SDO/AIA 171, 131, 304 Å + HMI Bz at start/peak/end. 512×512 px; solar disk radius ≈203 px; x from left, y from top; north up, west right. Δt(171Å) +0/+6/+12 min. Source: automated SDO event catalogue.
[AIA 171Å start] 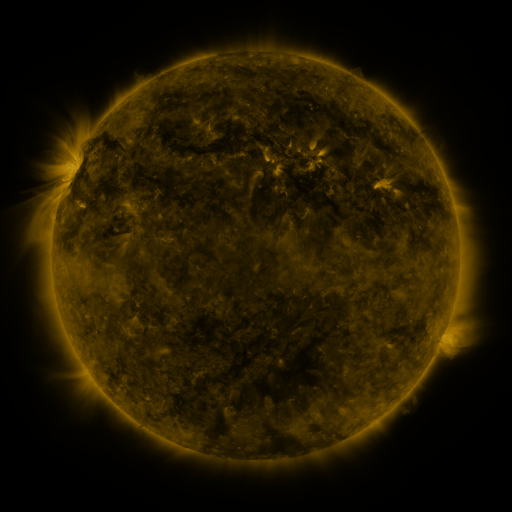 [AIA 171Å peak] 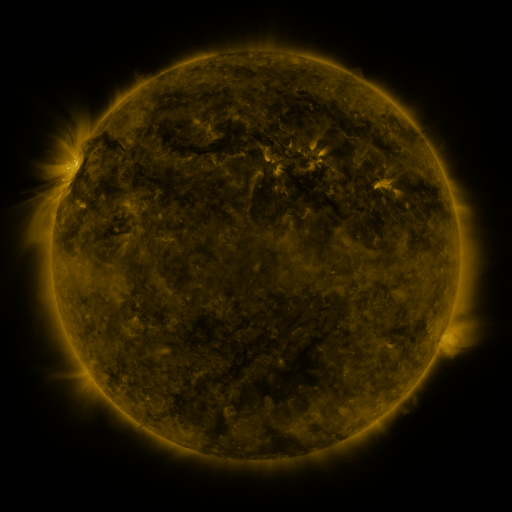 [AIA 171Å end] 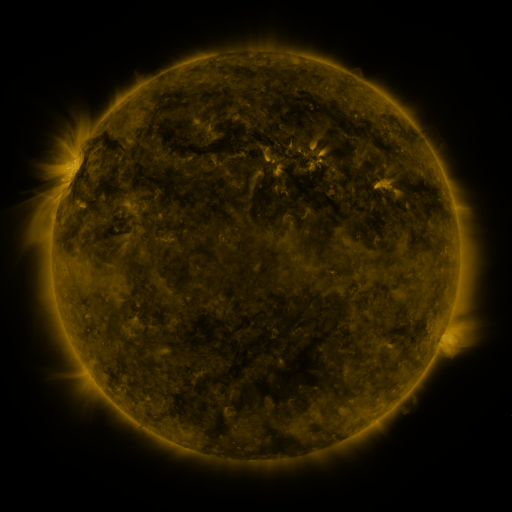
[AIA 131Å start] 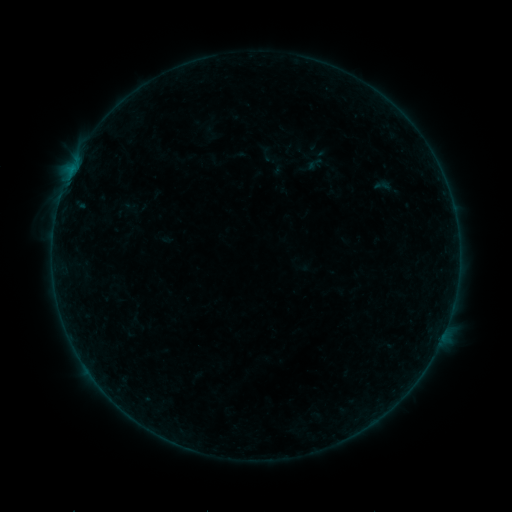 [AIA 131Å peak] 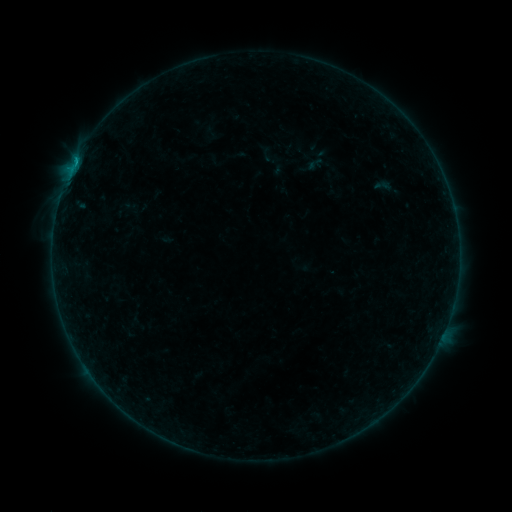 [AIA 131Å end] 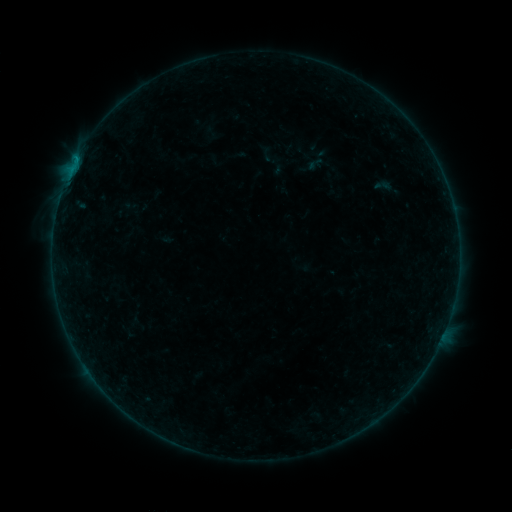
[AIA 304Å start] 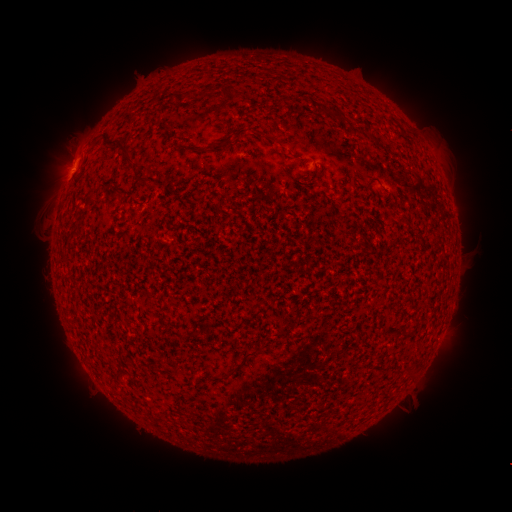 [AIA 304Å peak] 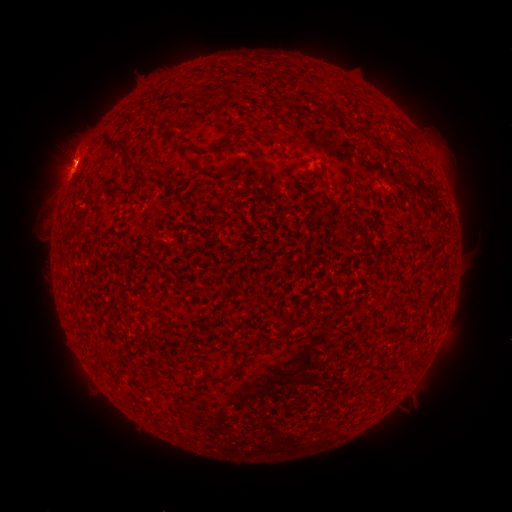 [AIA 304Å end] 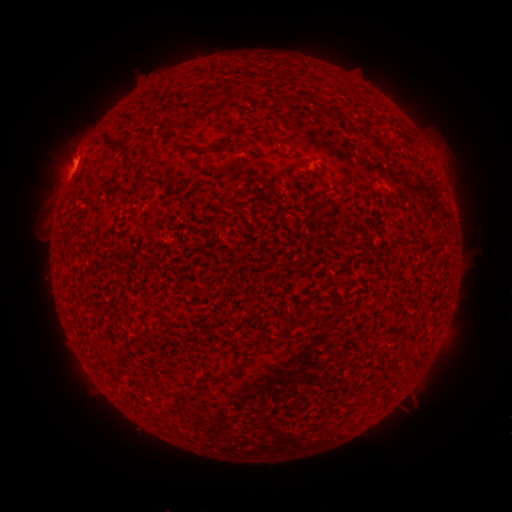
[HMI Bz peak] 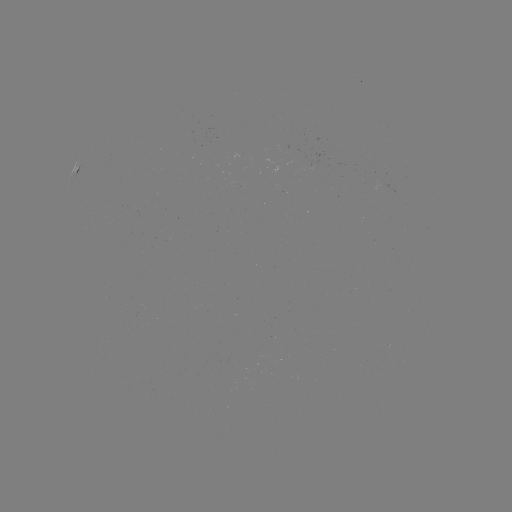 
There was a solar flare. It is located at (75, 165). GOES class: B3.3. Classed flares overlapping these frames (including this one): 1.